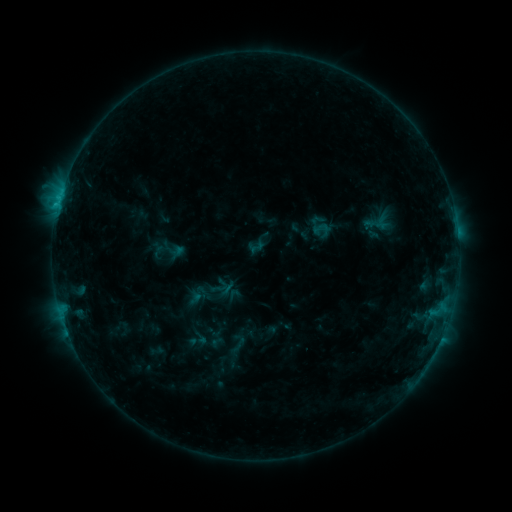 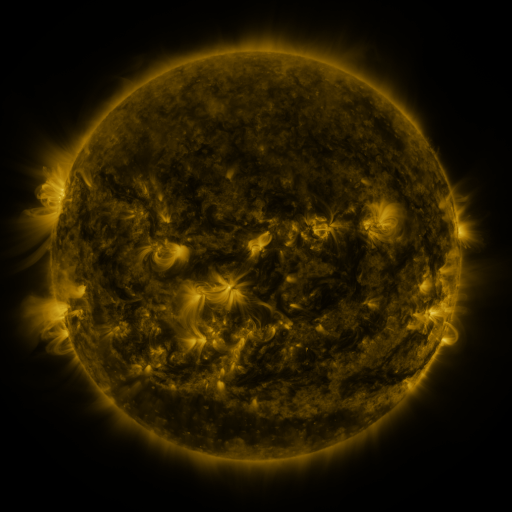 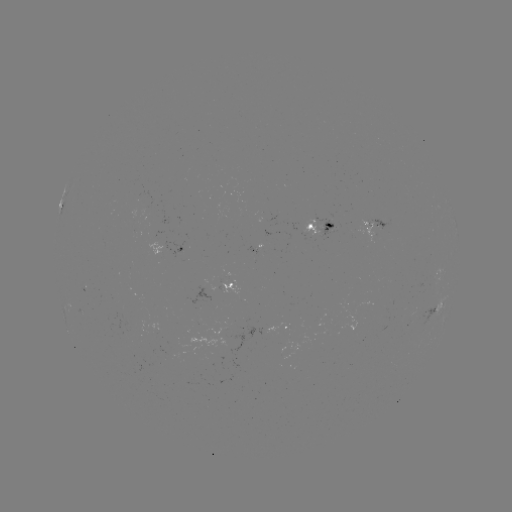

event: sigmoid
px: (257, 247)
